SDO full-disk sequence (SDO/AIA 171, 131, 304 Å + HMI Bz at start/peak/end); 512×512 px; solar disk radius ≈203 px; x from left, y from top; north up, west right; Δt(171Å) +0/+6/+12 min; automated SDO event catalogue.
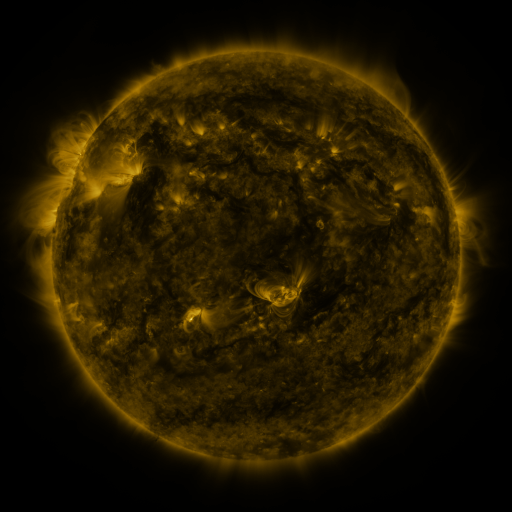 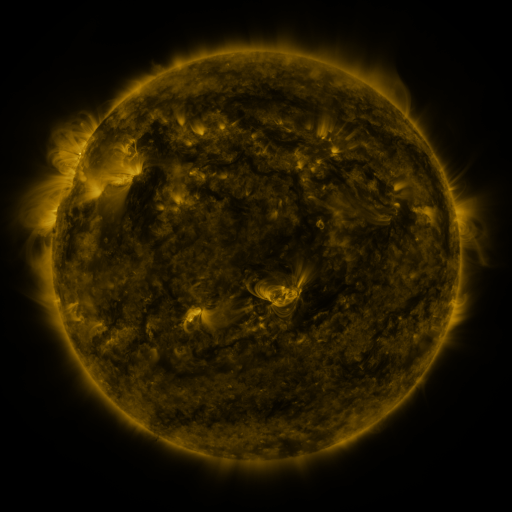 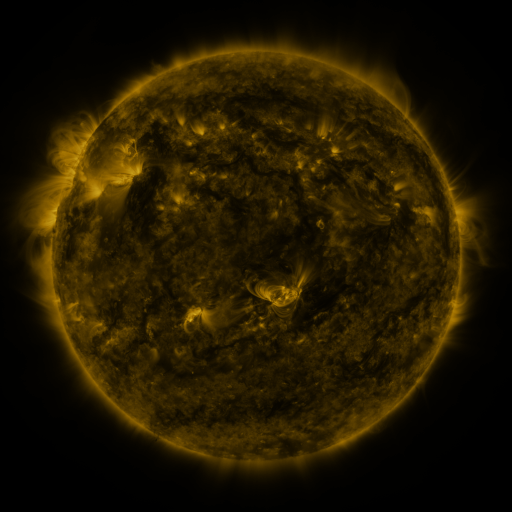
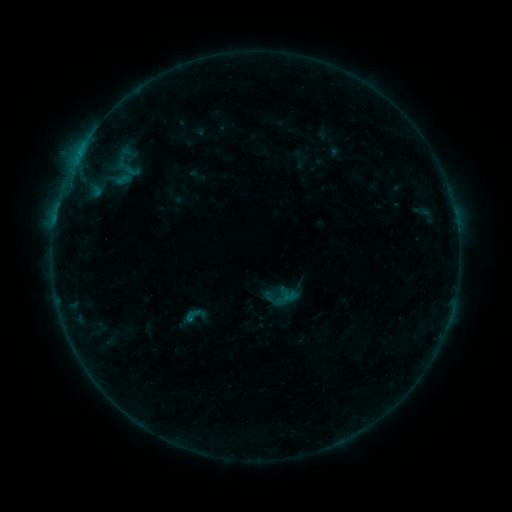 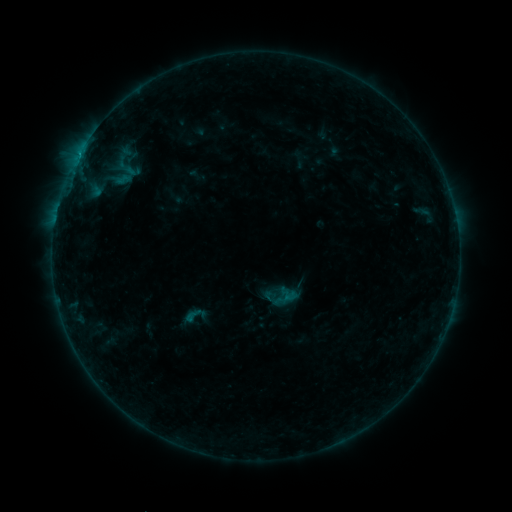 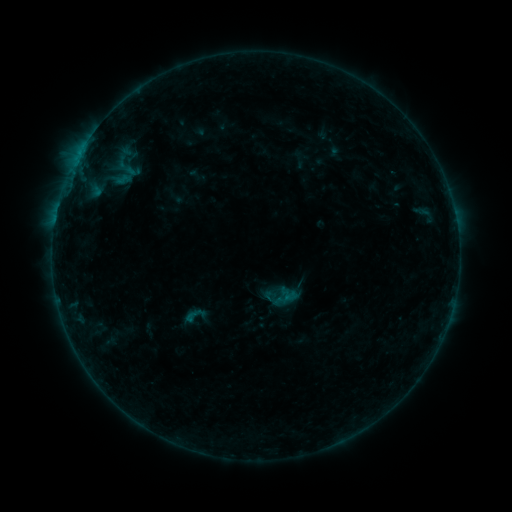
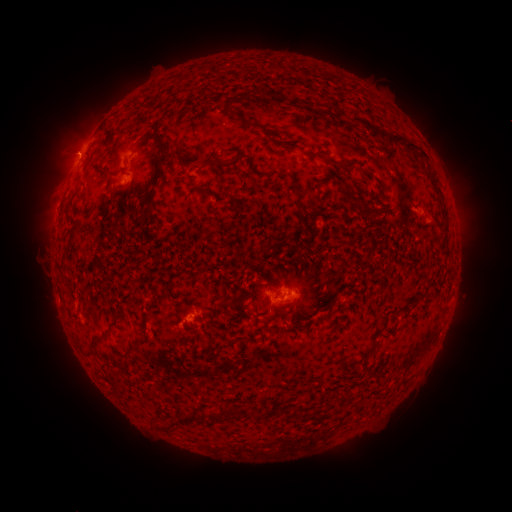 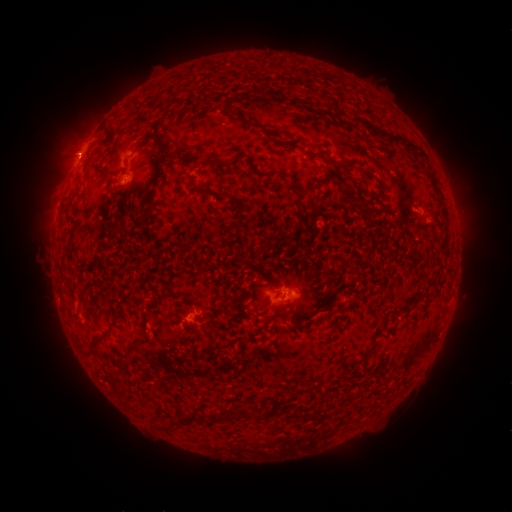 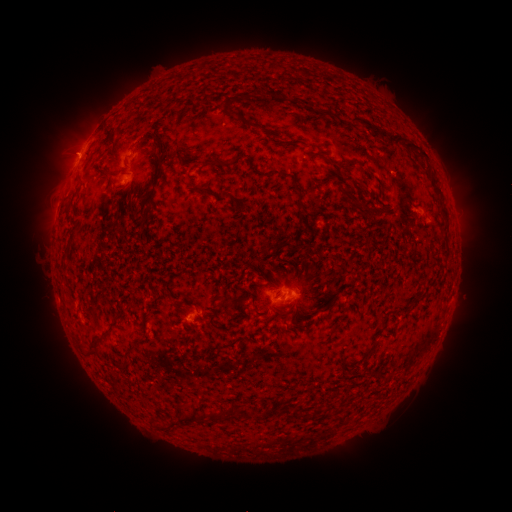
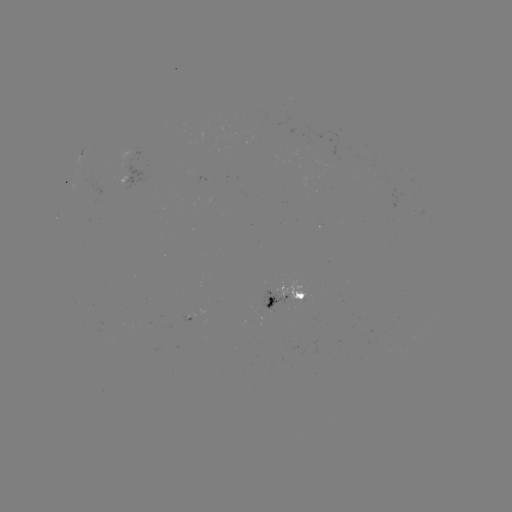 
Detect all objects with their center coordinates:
B5.2 flare: (79, 157)
